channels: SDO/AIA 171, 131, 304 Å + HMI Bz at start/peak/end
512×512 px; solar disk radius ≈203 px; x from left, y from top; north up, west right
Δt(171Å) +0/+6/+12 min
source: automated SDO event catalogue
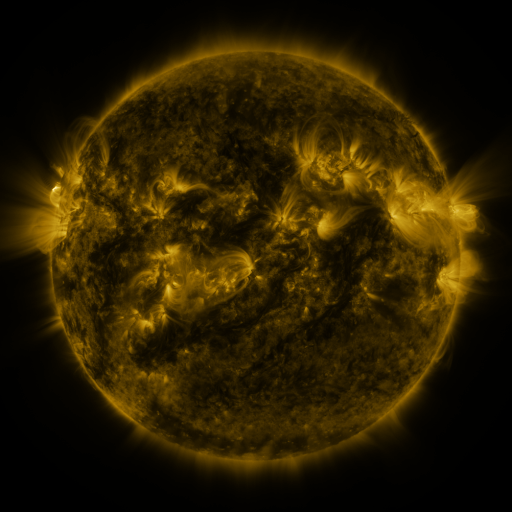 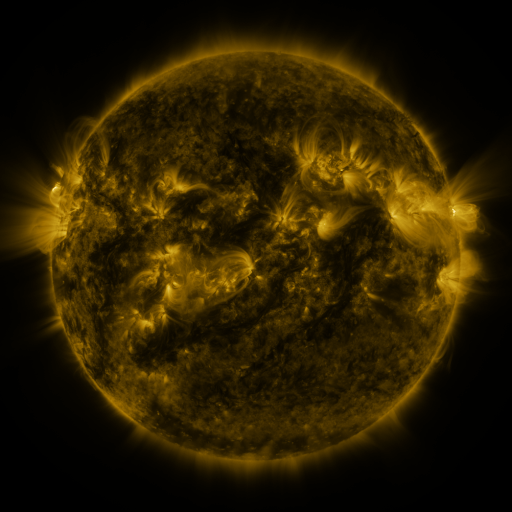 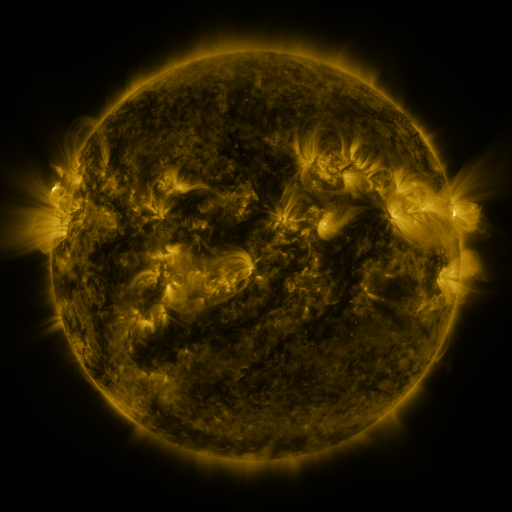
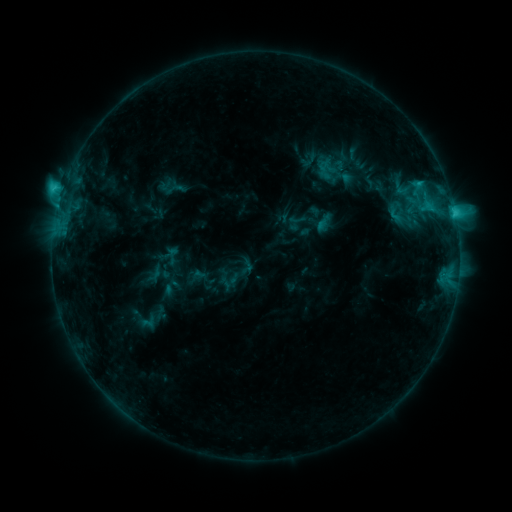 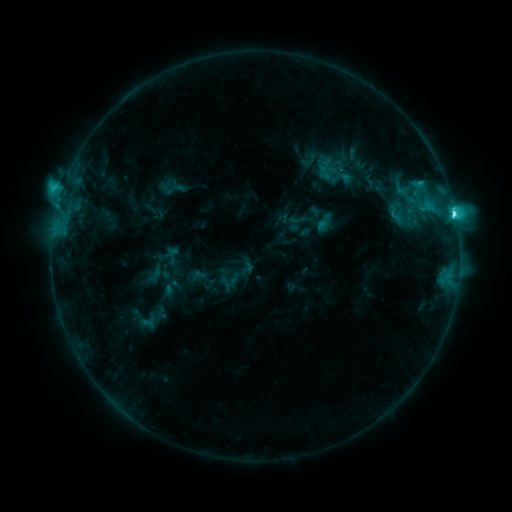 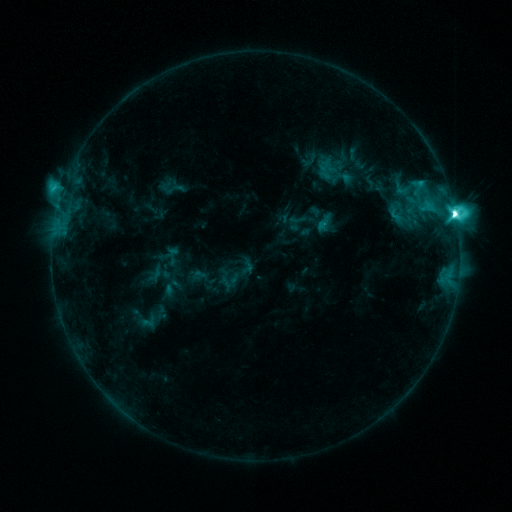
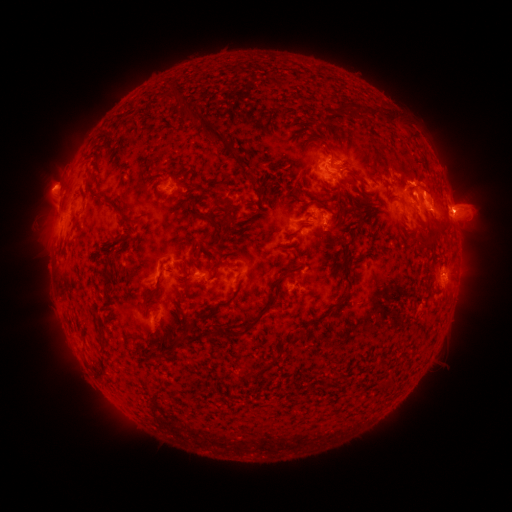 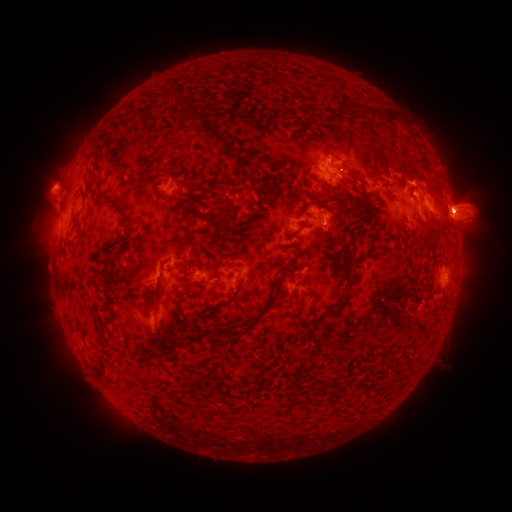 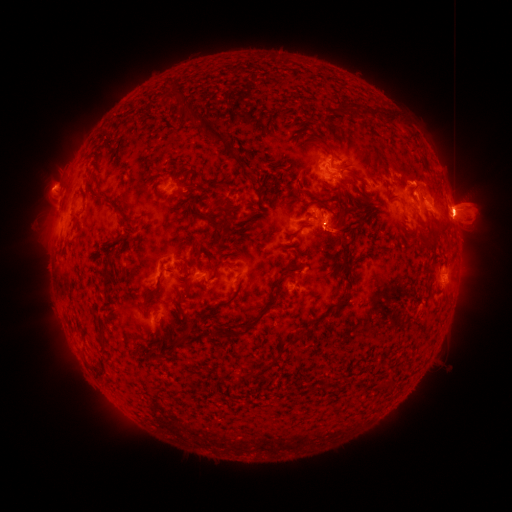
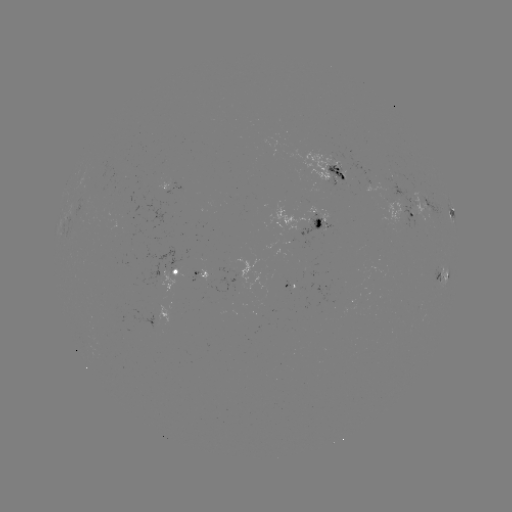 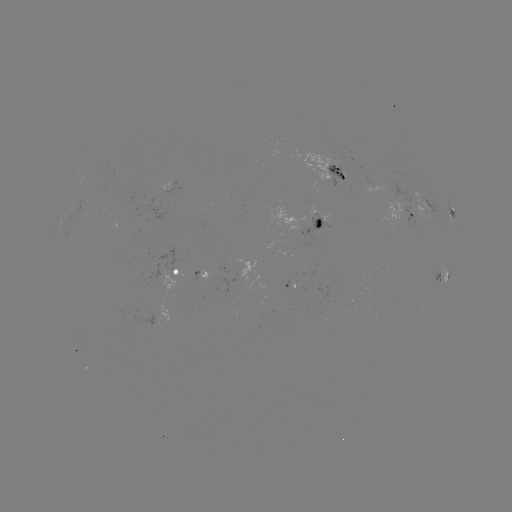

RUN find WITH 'eruption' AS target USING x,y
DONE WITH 464,208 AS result